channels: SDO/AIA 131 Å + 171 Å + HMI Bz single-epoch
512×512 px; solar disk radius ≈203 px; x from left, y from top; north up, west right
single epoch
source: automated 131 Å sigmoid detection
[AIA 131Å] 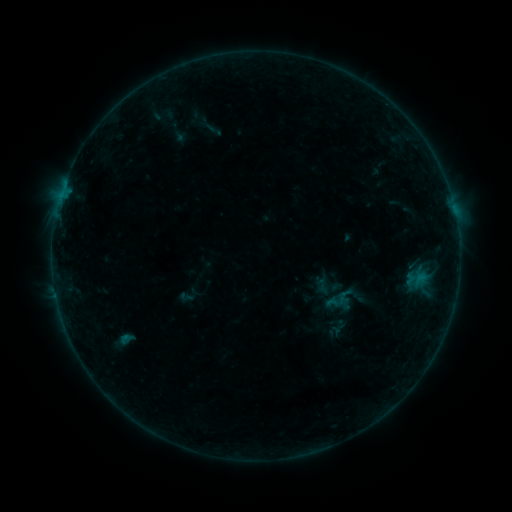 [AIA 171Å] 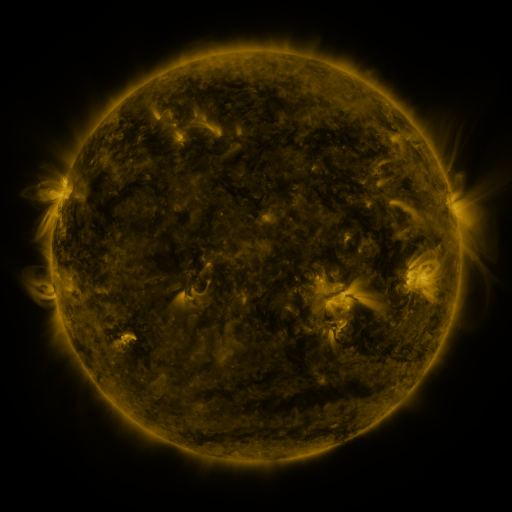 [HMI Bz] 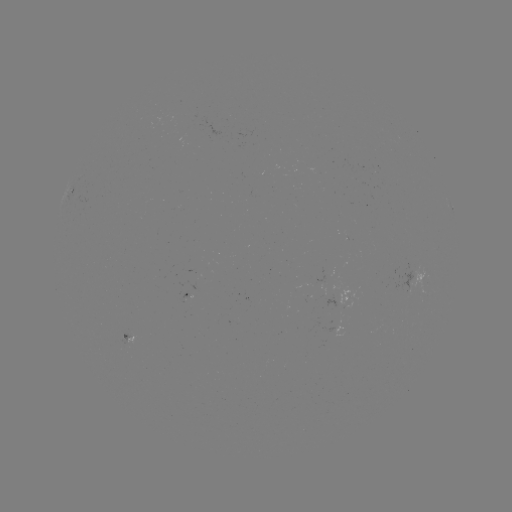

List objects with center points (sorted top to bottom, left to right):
sigmoid: <bbox>314, 275, 333, 296</bbox>
sigmoid: <bbox>328, 291, 346, 311</bbox>
